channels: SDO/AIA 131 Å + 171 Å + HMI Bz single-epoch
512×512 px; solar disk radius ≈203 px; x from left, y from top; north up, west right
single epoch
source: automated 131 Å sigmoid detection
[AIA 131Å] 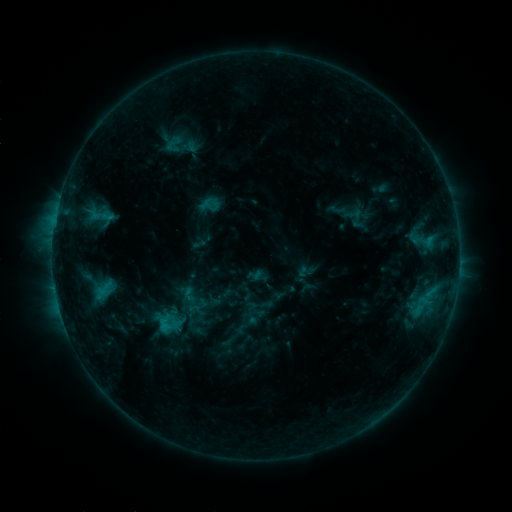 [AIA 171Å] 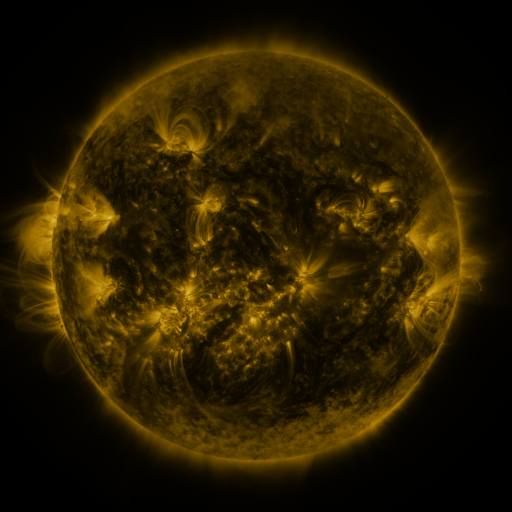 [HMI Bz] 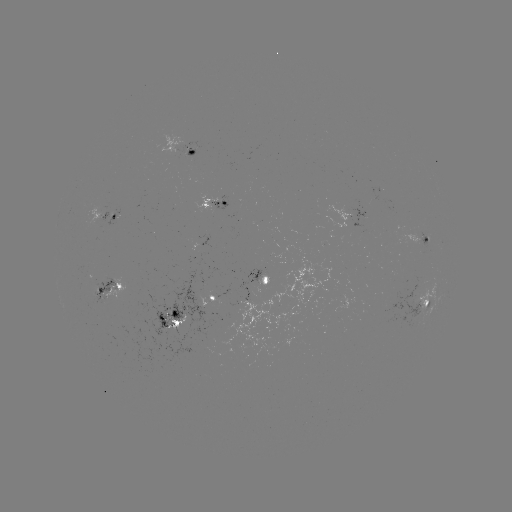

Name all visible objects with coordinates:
sigmoid: (174, 143)
sigmoid: (189, 295)
